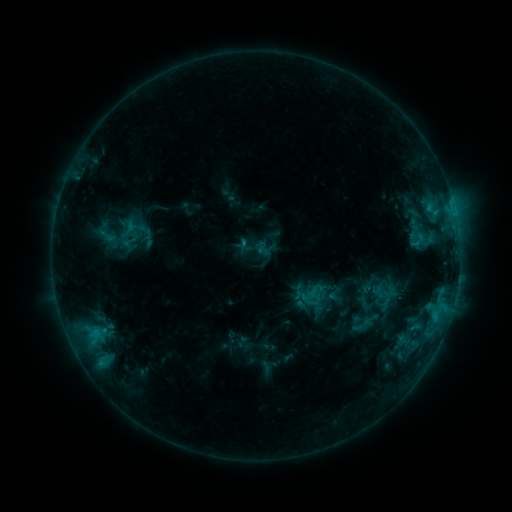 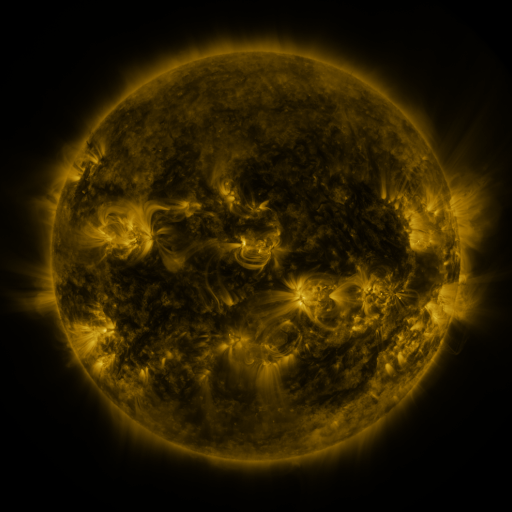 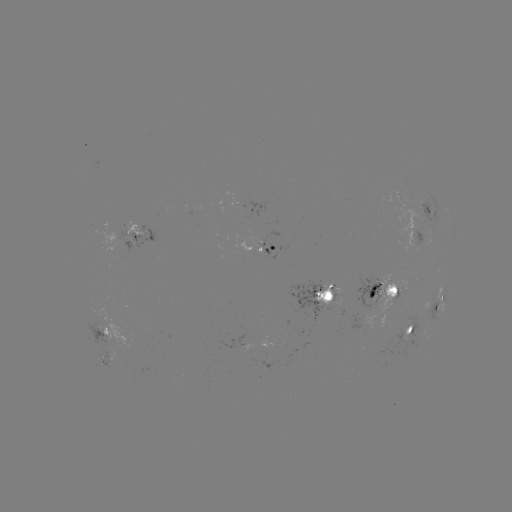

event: sigmoid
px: (145, 232)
